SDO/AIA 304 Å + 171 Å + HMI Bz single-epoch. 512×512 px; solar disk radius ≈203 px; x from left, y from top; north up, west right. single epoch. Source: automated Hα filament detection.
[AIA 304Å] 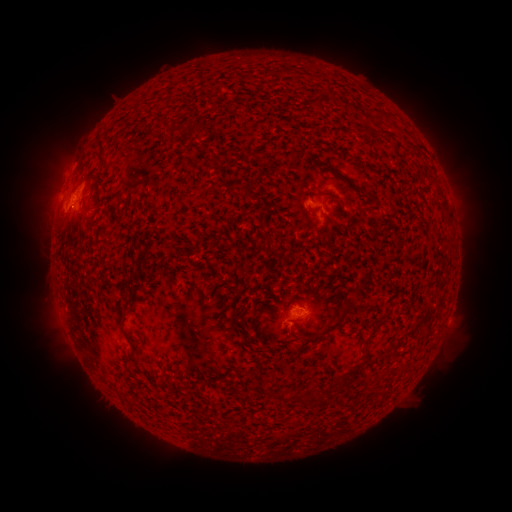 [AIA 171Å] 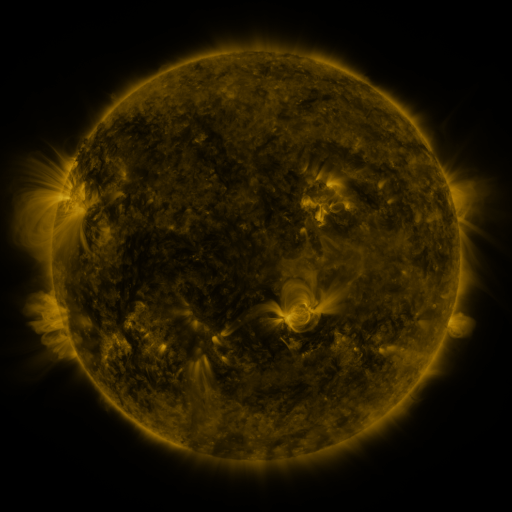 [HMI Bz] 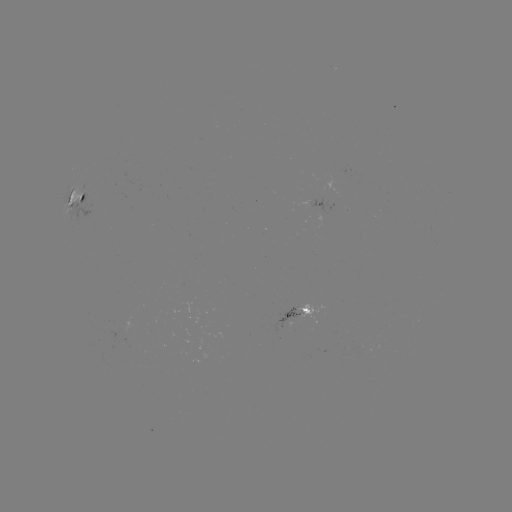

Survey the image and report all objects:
filament: <bbox>314, 101, 327, 114</bbox>
filament: <bbox>167, 122, 188, 135</bbox>
filament: <bbox>190, 124, 202, 134</bbox>
filament: <bbox>384, 132, 394, 141</bbox>
filament: <bbox>97, 137, 106, 163</bbox>
filament: <bbox>201, 141, 209, 150</bbox>
filament: <bbox>356, 185, 376, 202</bbox>
filament: <bbox>79, 191, 87, 203</bbox>
filament: <bbox>439, 198, 448, 209</bbox>
filament: <bbox>310, 207, 320, 213</bbox>
filament: <bbox>317, 290, 361, 338</bbox>
filament: <bbox>293, 301, 304, 308</bbox>
filament: <bbox>117, 312, 125, 324</bbox>
filament: <bbox>362, 322, 383, 344</bbox>
filament: <bbox>124, 342, 136, 362</bbox>
filament: <bbox>340, 362, 361, 383</bbox>
filament: <bbox>277, 390, 288, 402</bbox>
